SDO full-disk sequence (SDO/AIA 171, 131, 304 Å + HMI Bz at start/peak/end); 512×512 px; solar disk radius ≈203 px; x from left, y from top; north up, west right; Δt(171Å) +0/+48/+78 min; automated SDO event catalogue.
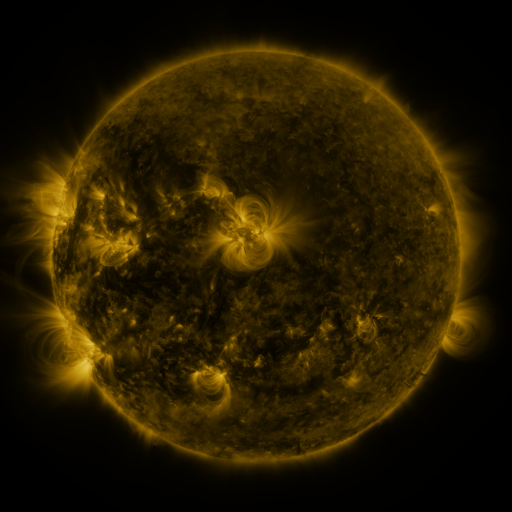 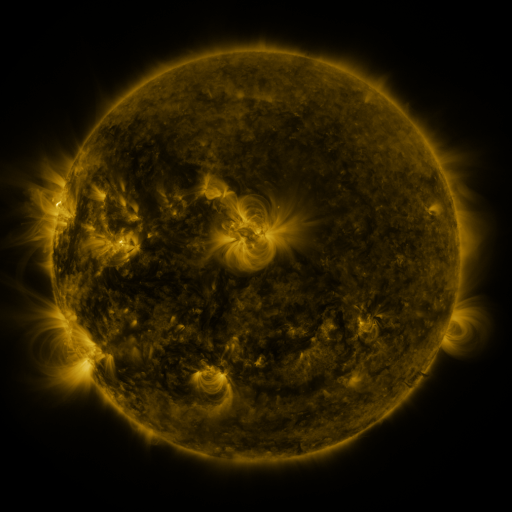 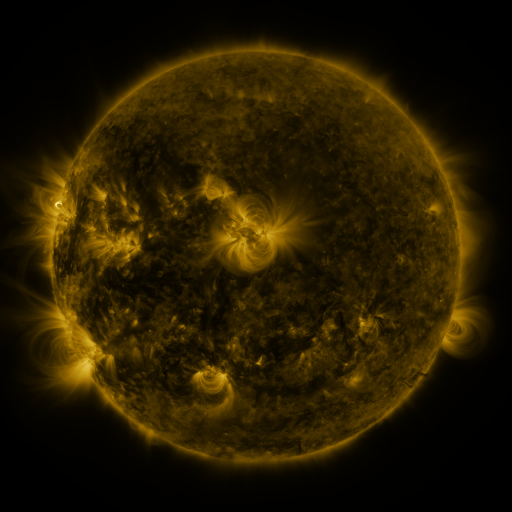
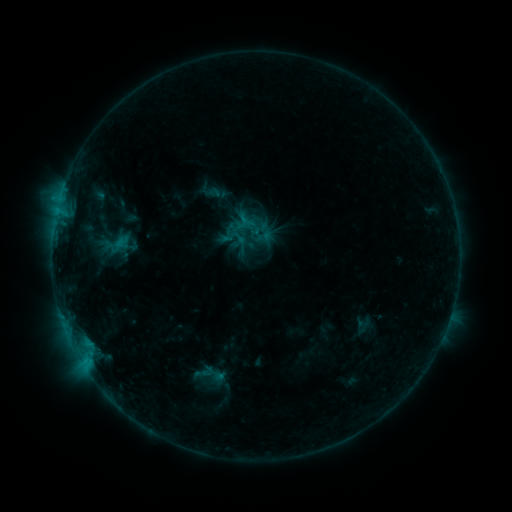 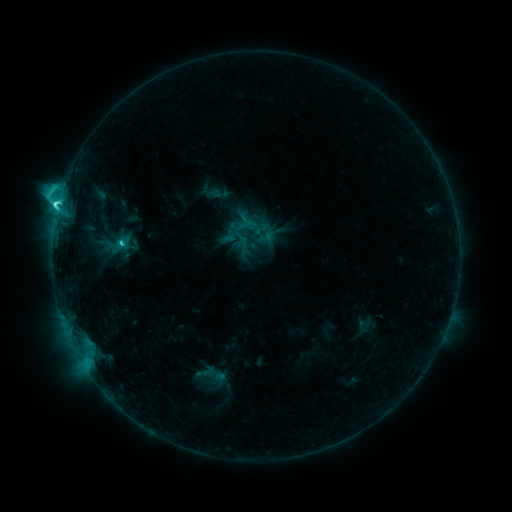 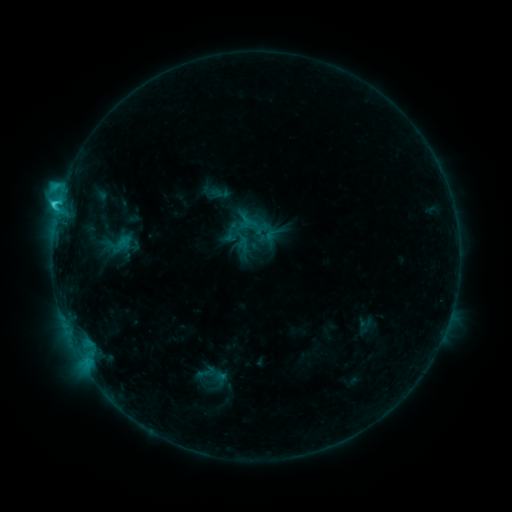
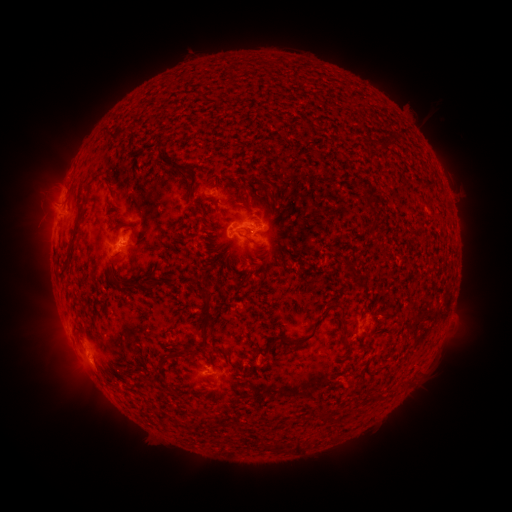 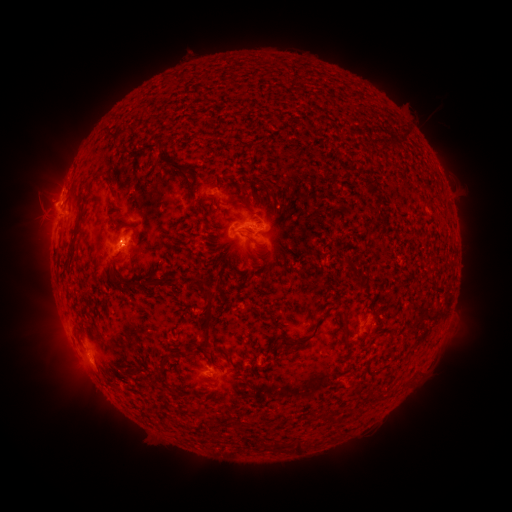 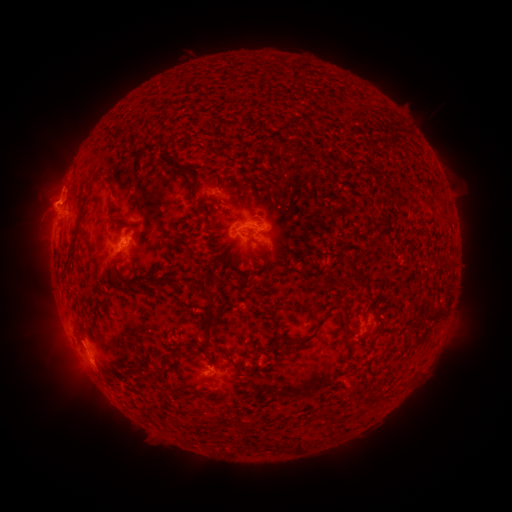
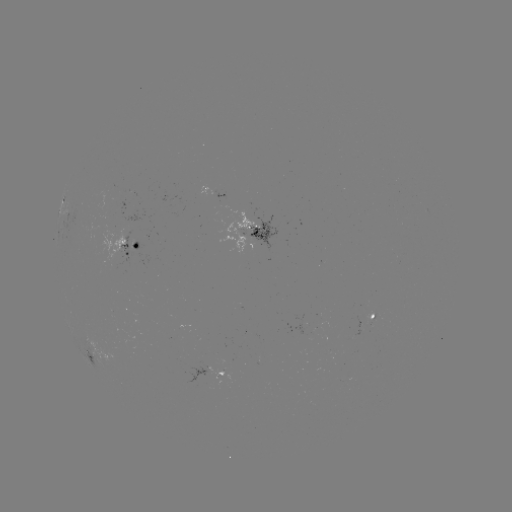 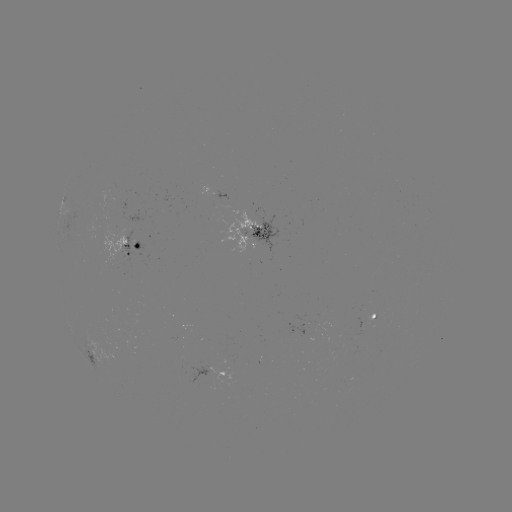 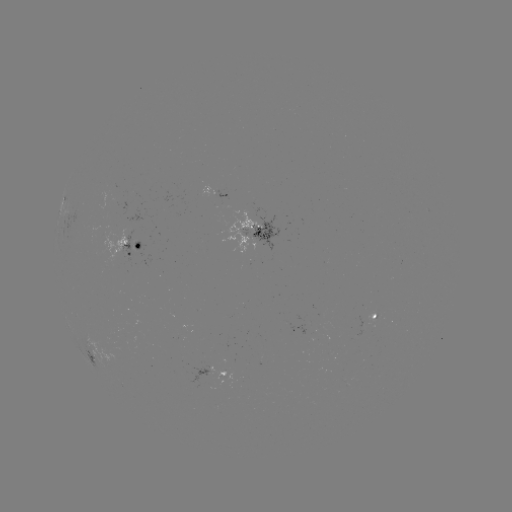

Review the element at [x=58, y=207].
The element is C4.4 flare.